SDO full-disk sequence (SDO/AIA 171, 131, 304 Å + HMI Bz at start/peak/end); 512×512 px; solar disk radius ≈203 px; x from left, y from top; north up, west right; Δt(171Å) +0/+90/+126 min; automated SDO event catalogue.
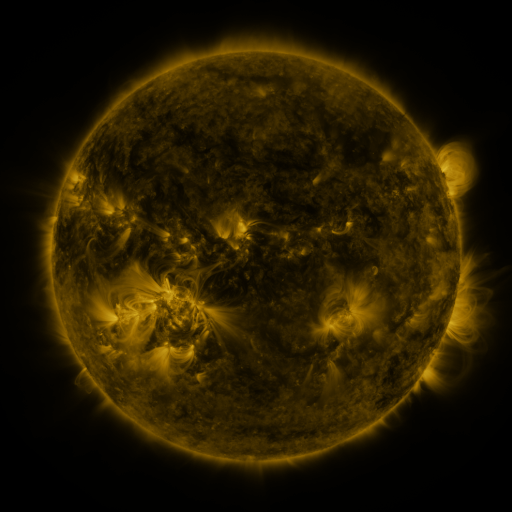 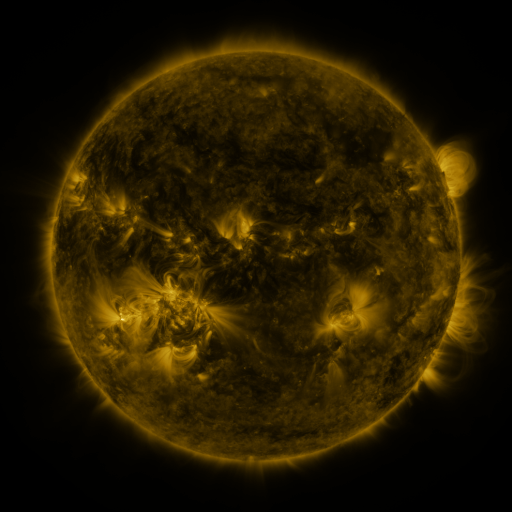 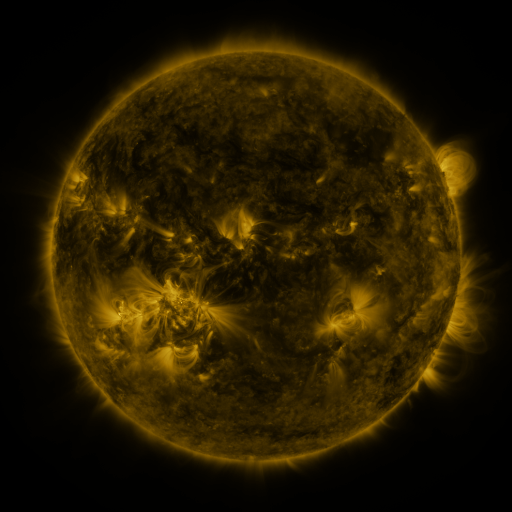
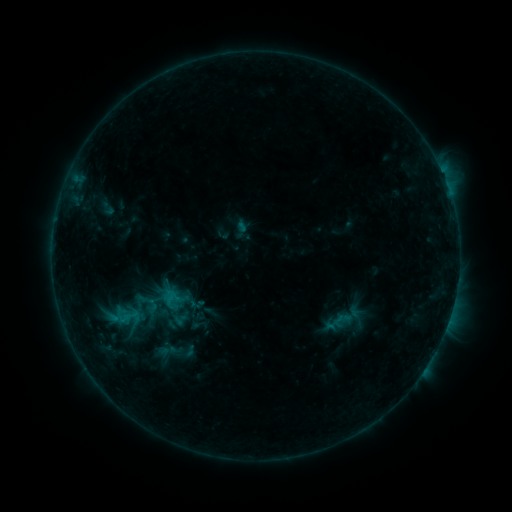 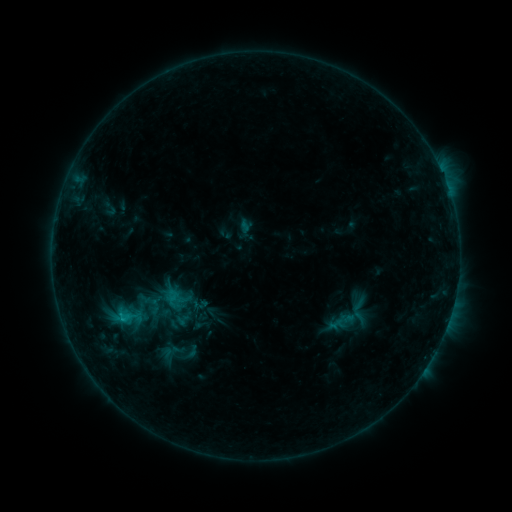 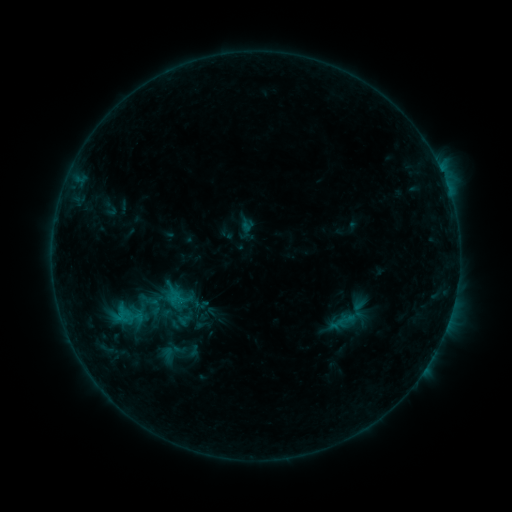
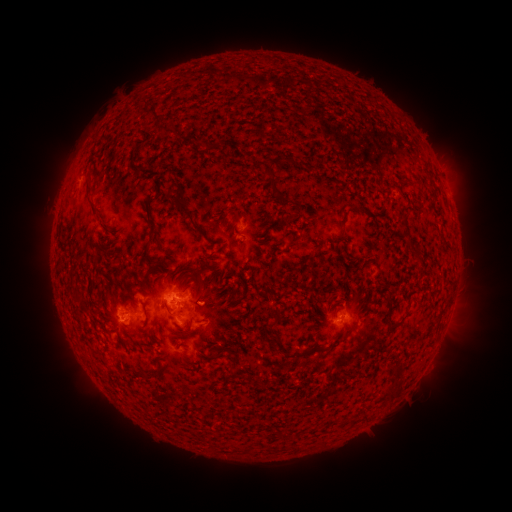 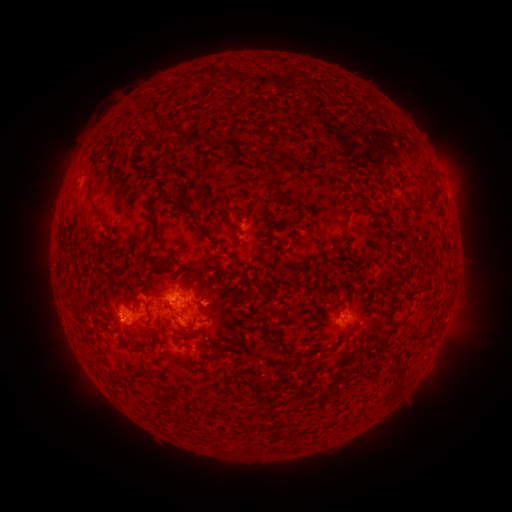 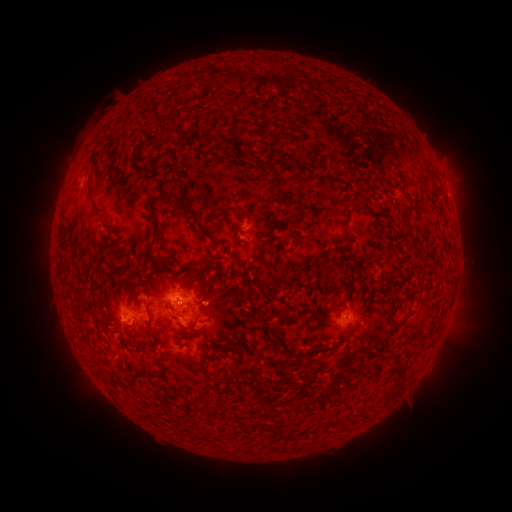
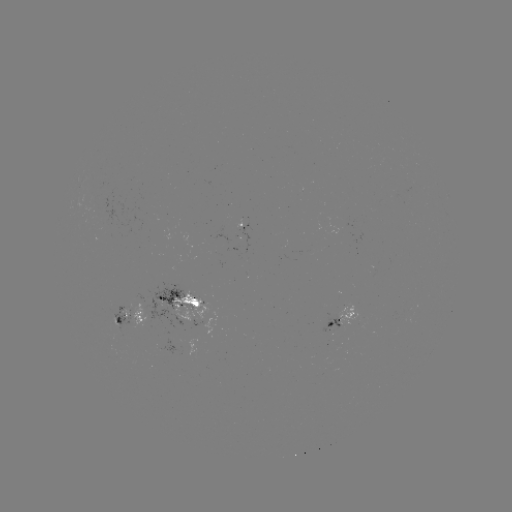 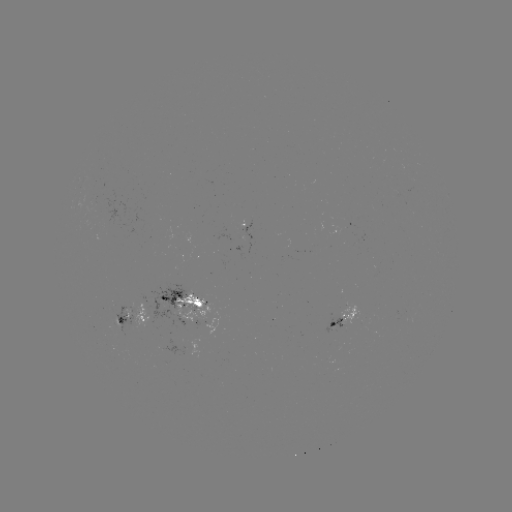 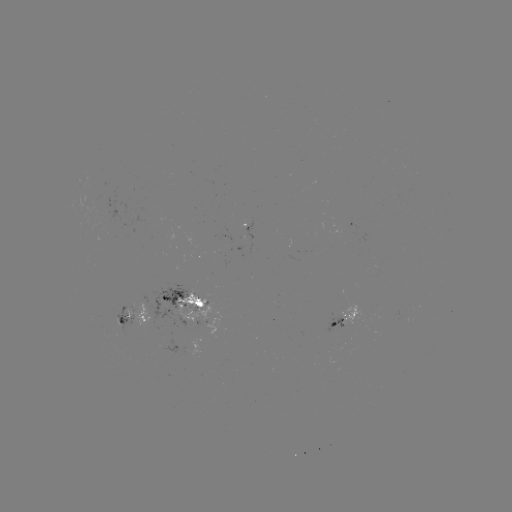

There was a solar emerging-flux region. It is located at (92, 205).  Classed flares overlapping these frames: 2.